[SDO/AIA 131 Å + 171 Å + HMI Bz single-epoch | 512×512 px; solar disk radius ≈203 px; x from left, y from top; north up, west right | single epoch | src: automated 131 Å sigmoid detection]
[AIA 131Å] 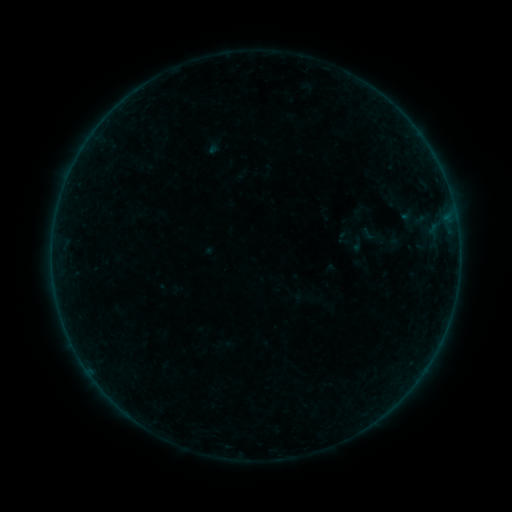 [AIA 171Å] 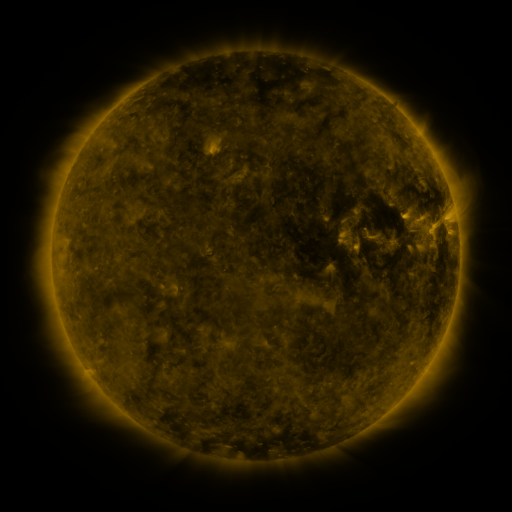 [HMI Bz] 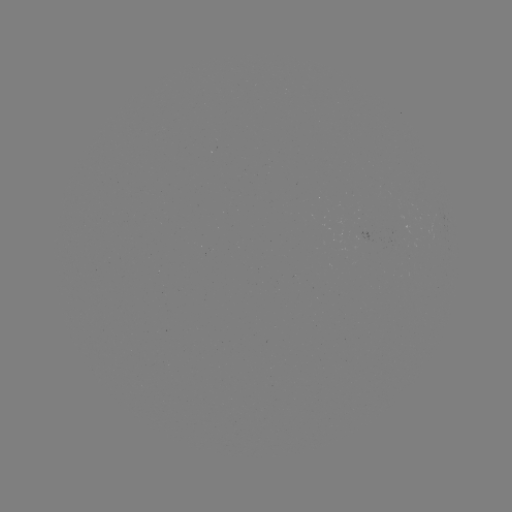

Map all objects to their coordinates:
sigmoid: [357, 222, 386, 247]
